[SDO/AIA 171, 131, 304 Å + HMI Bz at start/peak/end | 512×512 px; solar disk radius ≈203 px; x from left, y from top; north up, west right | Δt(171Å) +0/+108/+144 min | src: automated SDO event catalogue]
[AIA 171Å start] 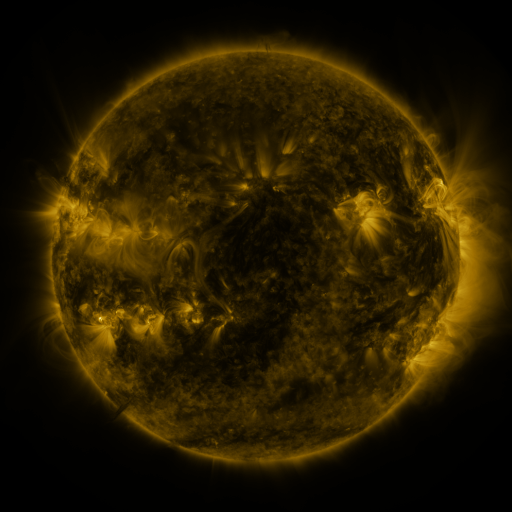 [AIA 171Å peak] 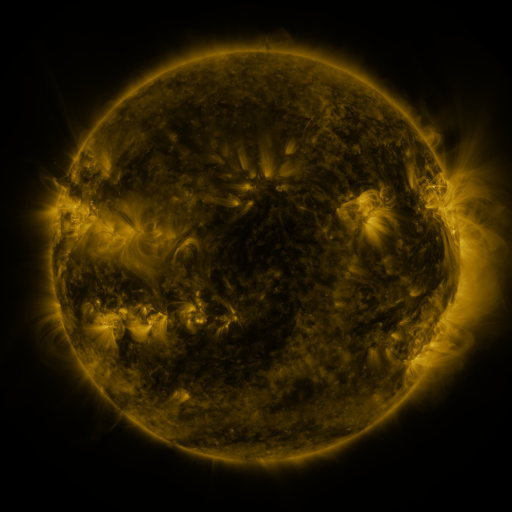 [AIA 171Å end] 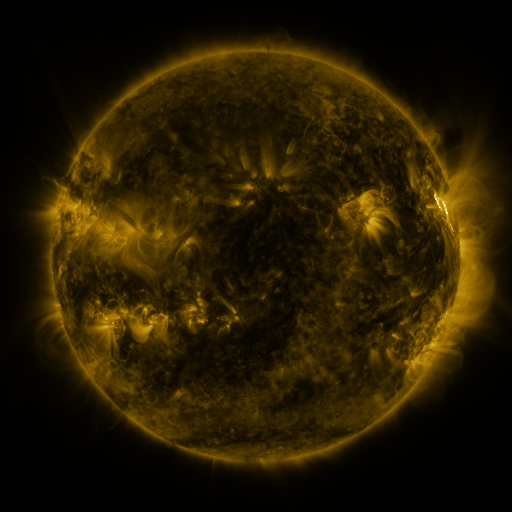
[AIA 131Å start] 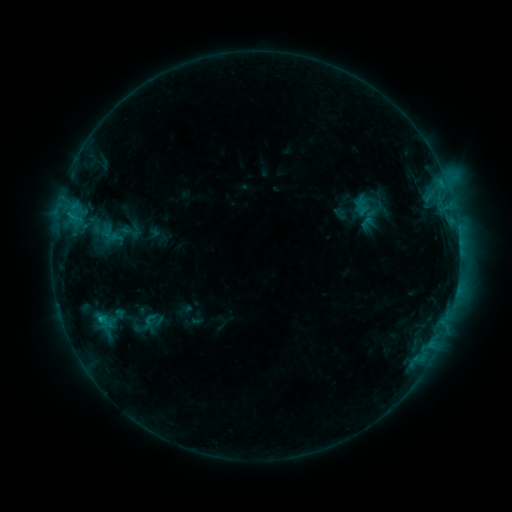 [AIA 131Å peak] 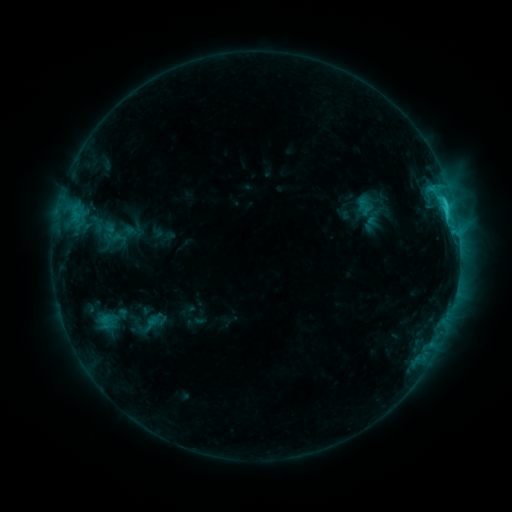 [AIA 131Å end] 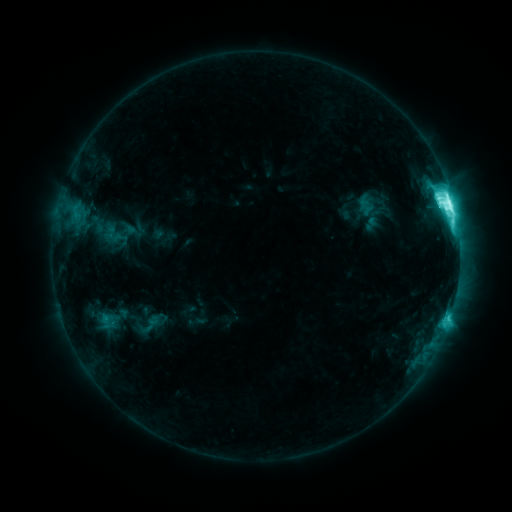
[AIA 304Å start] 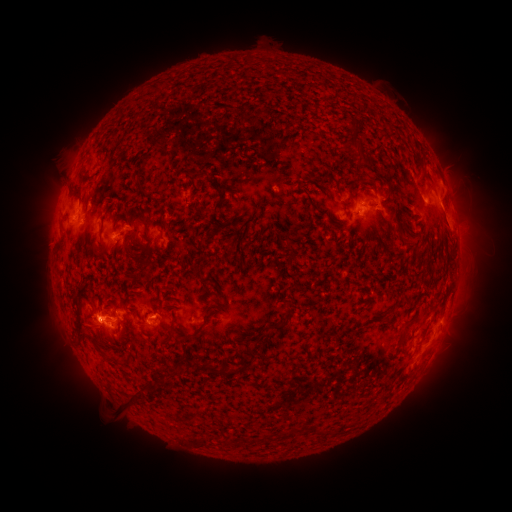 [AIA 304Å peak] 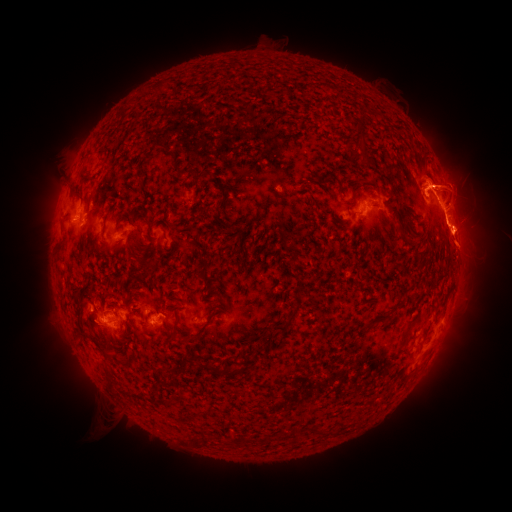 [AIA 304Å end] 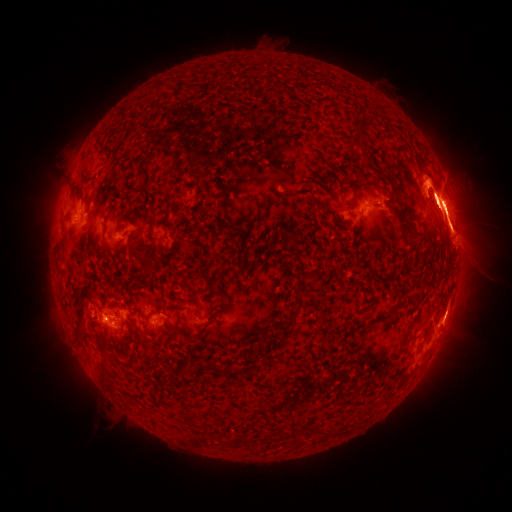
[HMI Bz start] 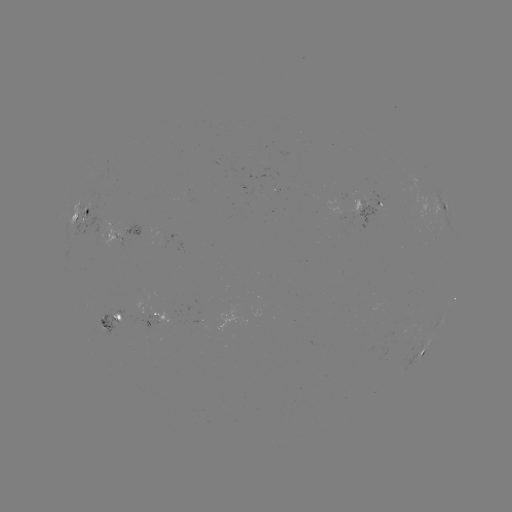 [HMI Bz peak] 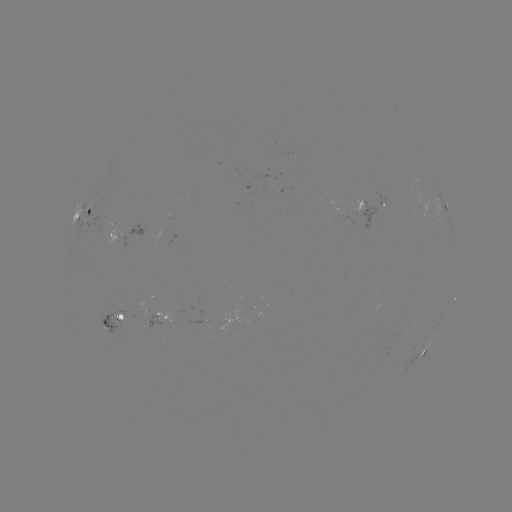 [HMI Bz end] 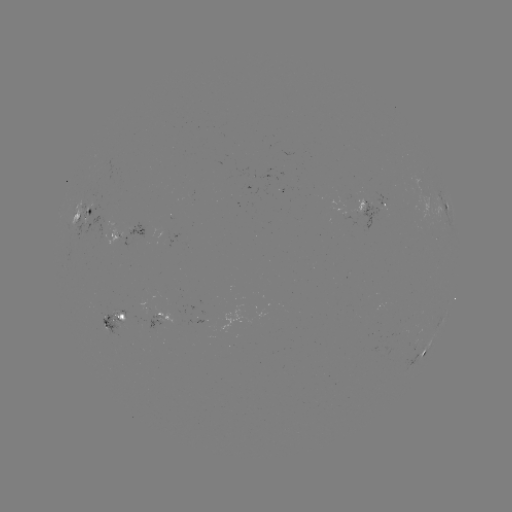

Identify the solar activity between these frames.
emerging-flux region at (97, 227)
